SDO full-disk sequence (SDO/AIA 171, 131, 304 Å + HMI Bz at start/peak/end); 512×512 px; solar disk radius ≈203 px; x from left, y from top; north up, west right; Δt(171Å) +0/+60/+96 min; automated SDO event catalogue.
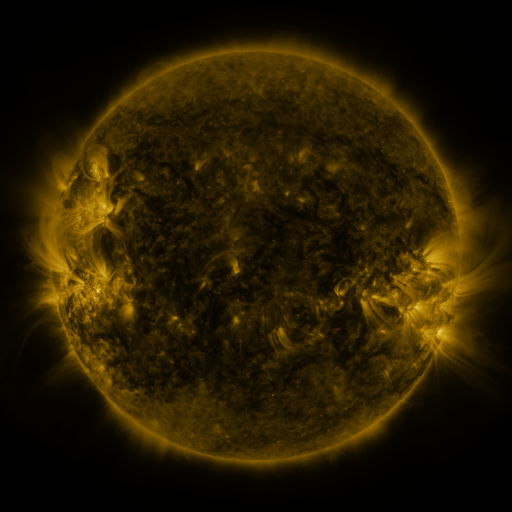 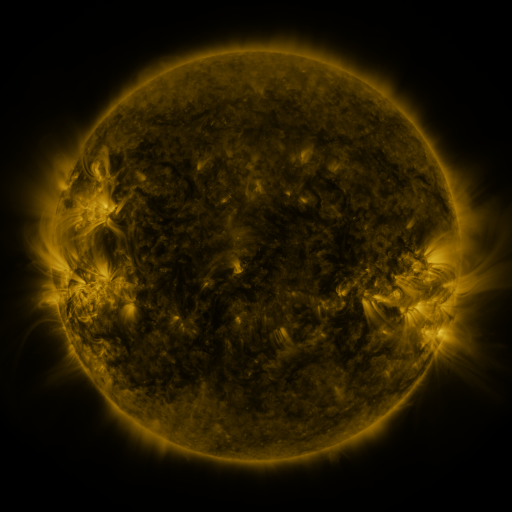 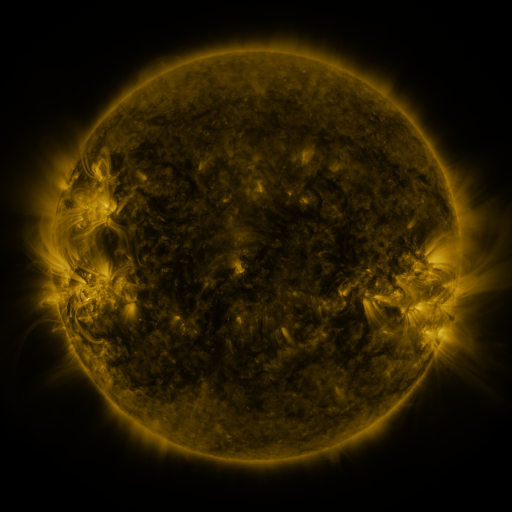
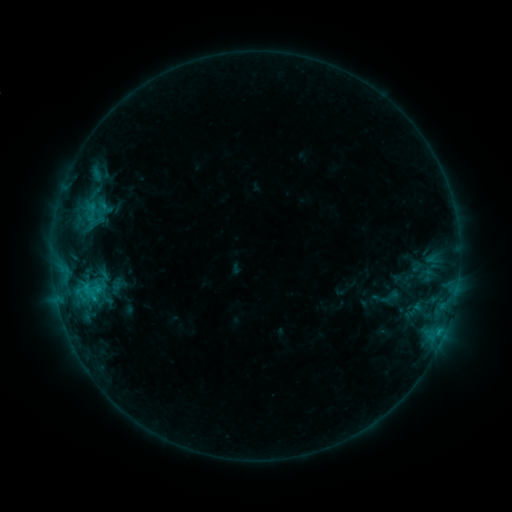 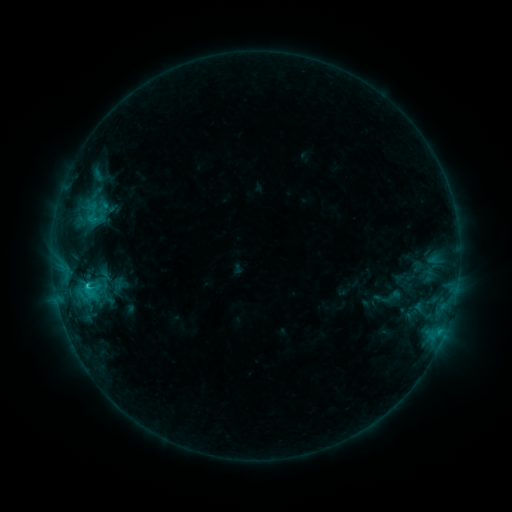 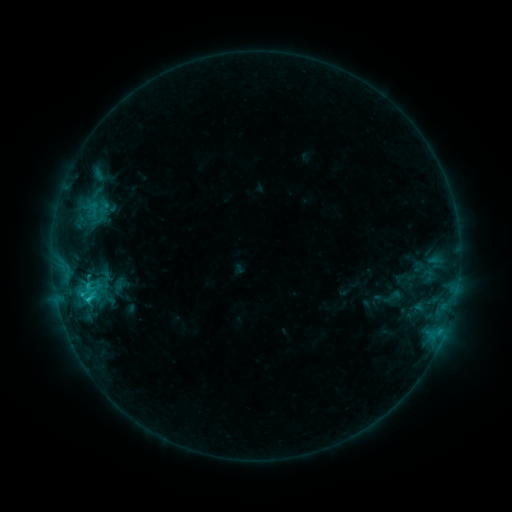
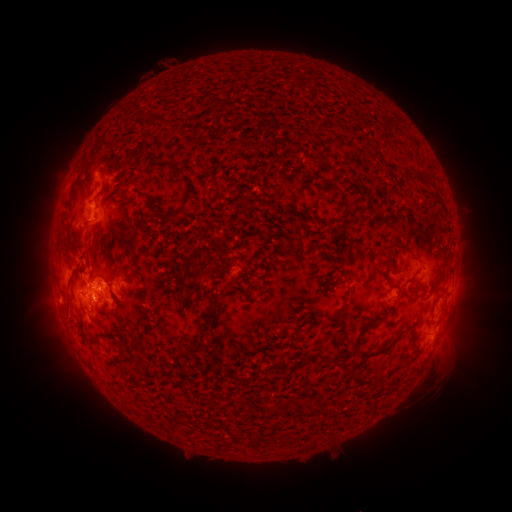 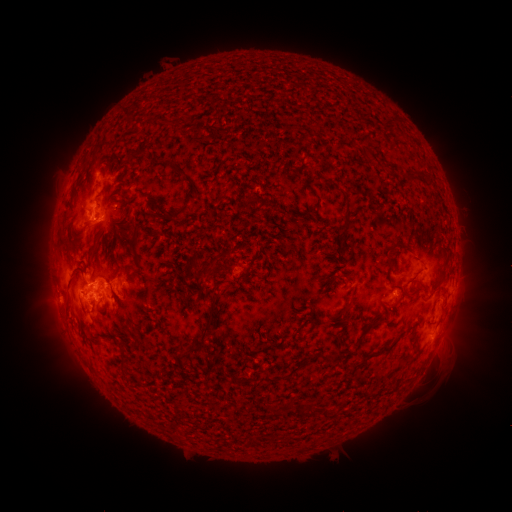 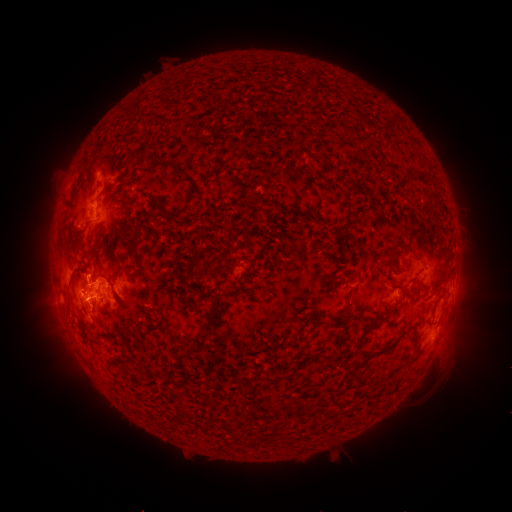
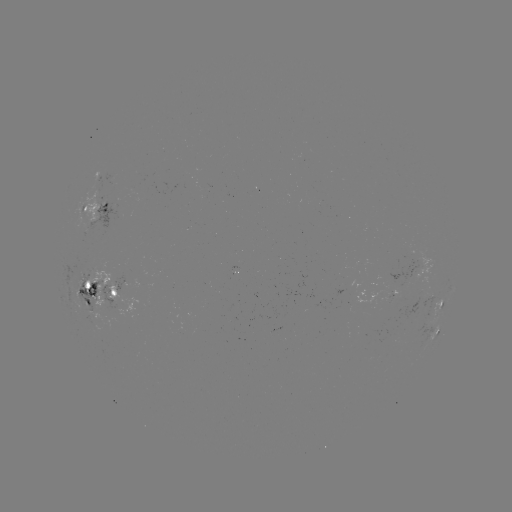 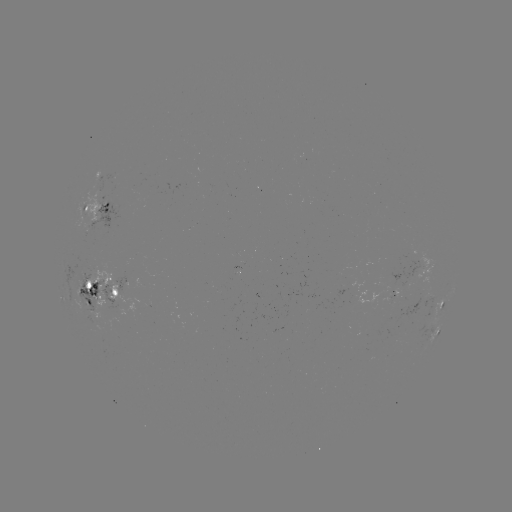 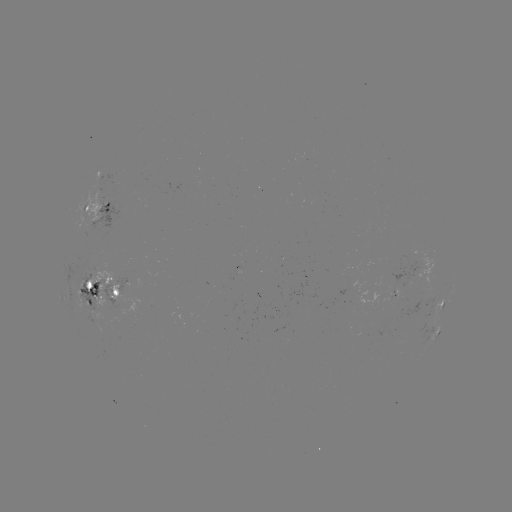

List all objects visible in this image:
emerging-flux region: (341, 290)
